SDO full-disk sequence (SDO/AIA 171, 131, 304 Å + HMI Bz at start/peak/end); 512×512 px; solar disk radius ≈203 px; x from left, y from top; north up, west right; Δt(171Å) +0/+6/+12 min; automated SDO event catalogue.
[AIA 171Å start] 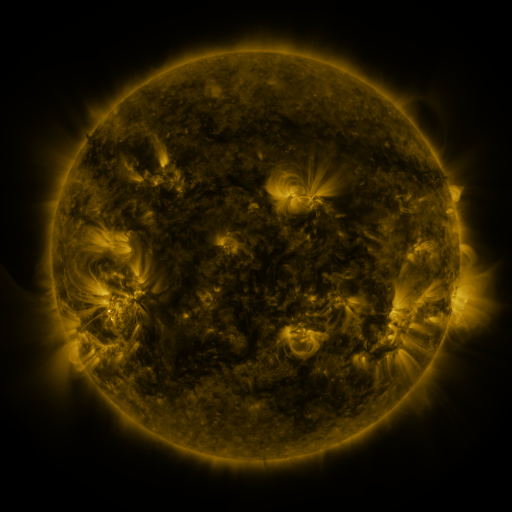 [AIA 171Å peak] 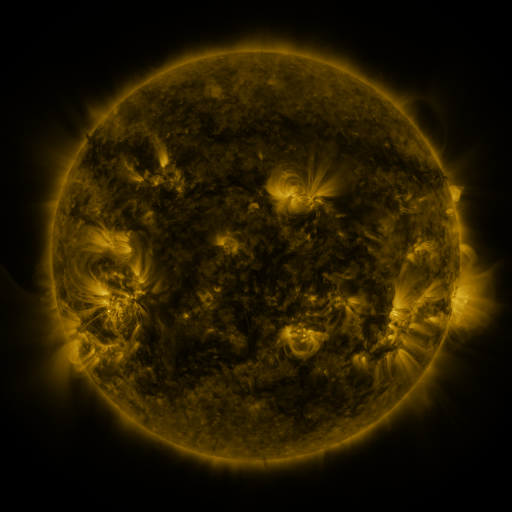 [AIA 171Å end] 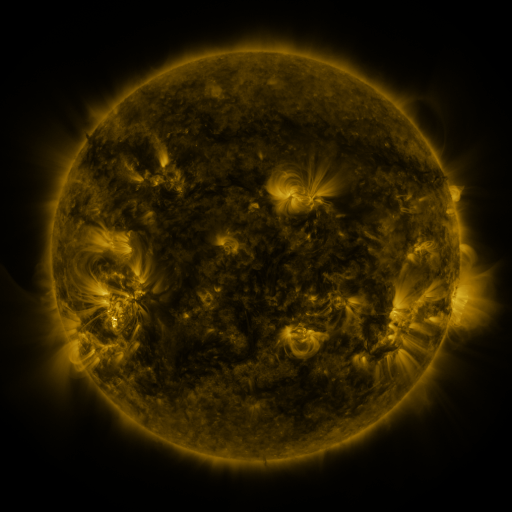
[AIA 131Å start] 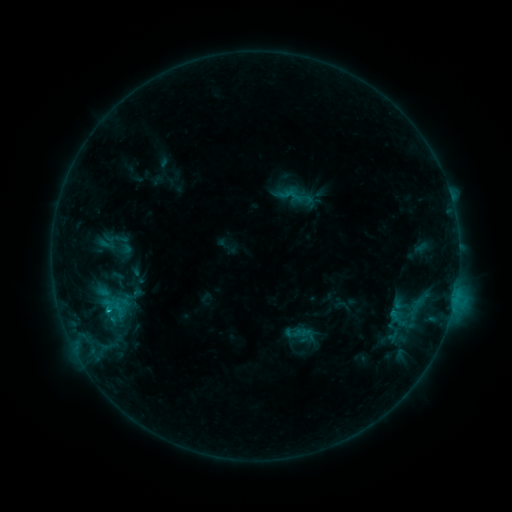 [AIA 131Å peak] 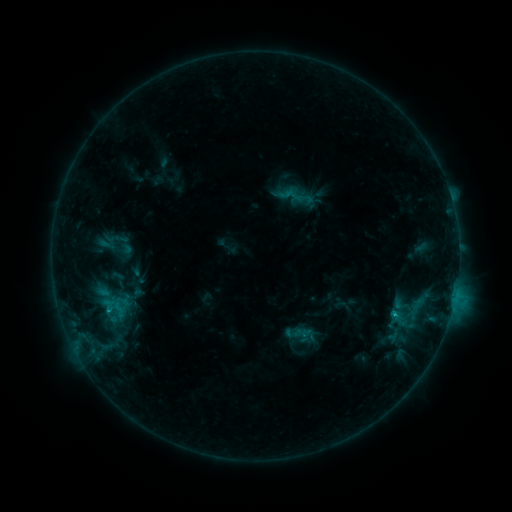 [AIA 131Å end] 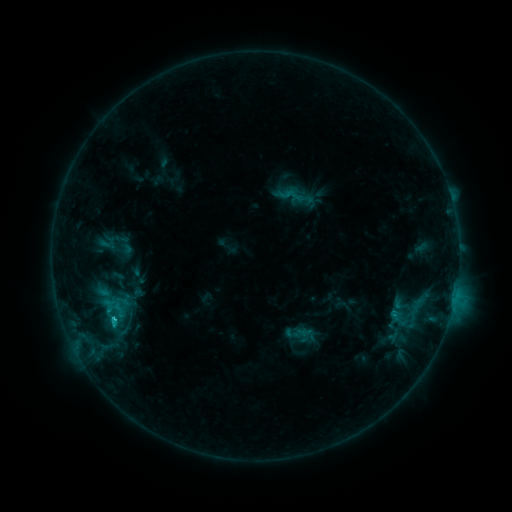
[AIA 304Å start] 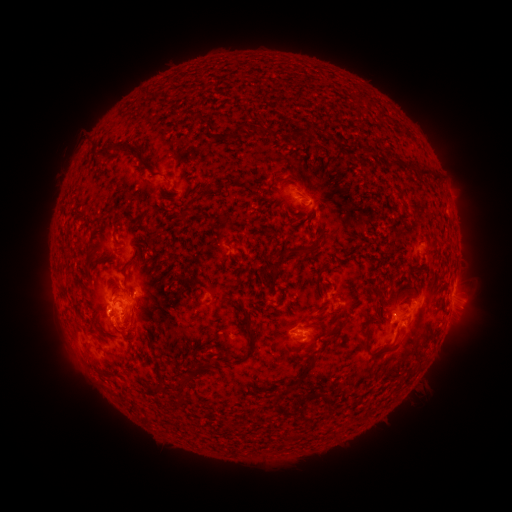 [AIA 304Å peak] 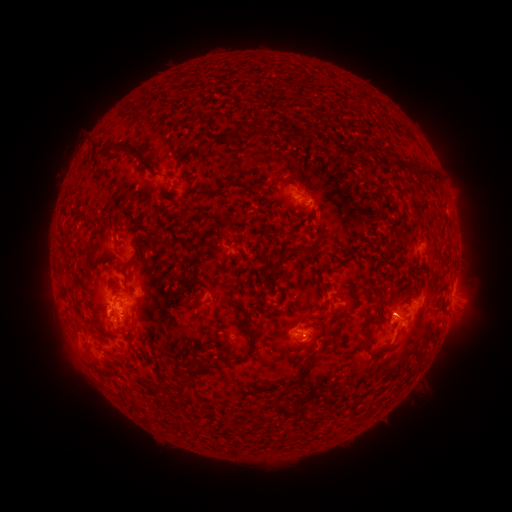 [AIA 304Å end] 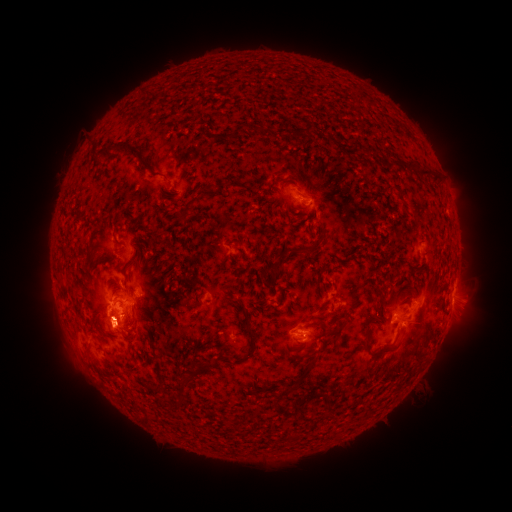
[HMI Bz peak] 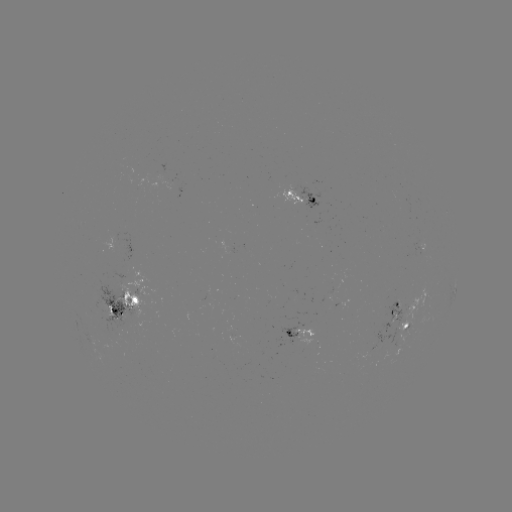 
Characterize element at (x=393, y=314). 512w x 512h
C2.3 flare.